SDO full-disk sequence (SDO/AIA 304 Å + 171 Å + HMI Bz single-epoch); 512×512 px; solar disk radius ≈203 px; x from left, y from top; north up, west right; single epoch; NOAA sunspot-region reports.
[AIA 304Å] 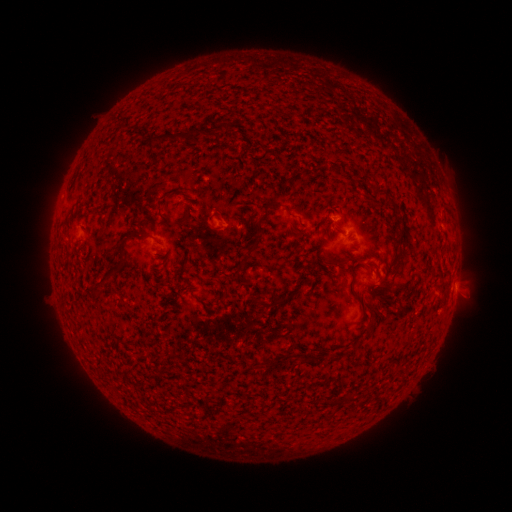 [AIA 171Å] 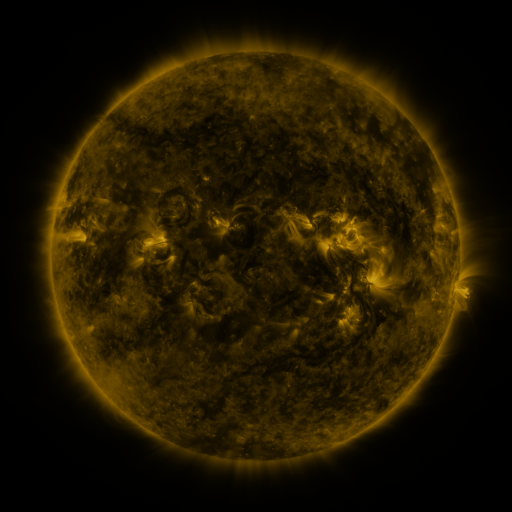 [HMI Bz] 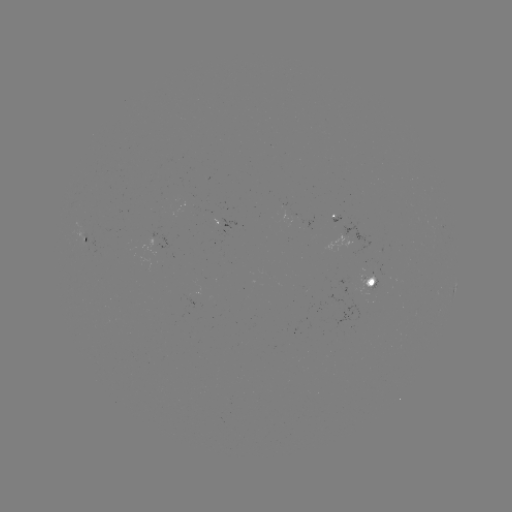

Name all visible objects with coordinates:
spotted active region: (231, 225)
spotted active region: (85, 241)
spotted active region: (374, 285)
spotted active region: (455, 288)
